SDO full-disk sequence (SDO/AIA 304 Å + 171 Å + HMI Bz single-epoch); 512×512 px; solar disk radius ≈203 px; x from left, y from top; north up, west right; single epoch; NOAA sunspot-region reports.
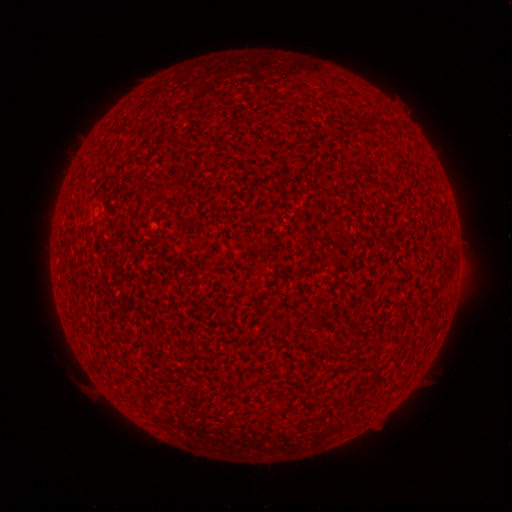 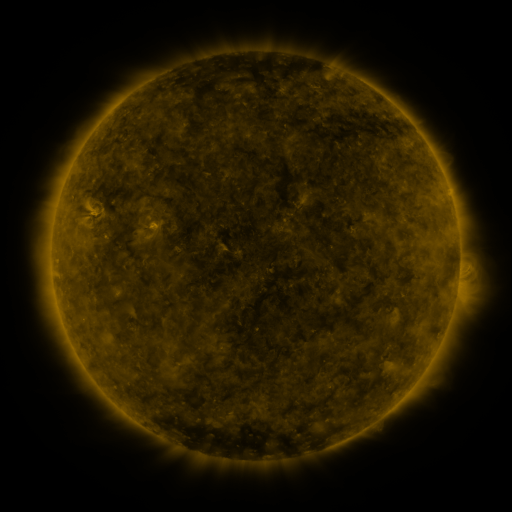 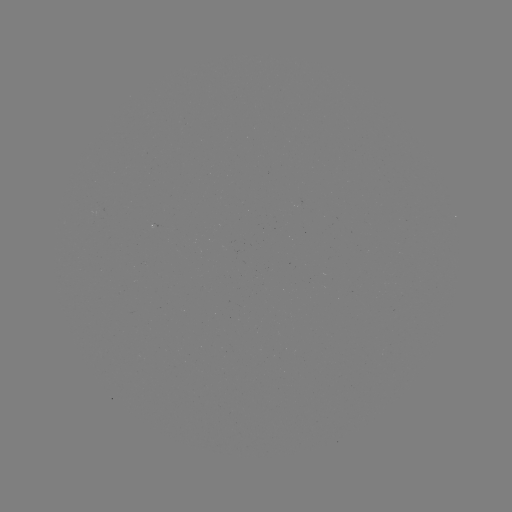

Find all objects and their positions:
(none)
